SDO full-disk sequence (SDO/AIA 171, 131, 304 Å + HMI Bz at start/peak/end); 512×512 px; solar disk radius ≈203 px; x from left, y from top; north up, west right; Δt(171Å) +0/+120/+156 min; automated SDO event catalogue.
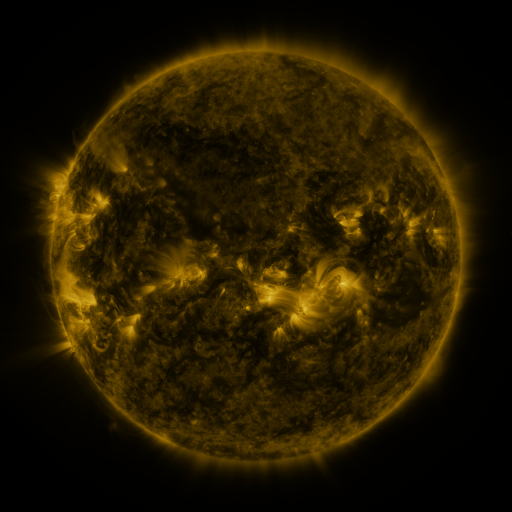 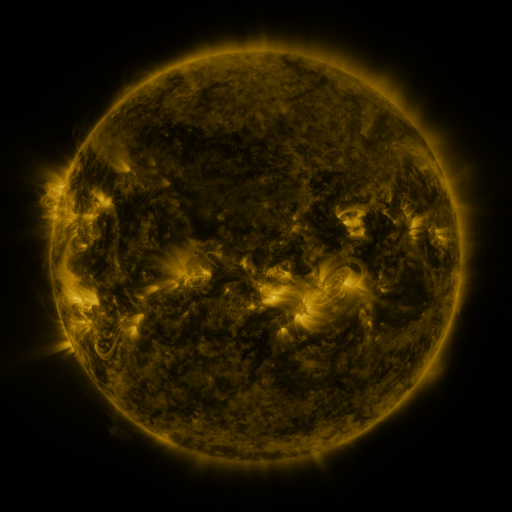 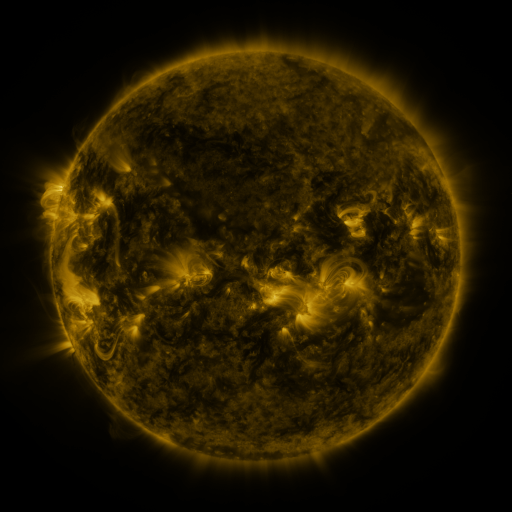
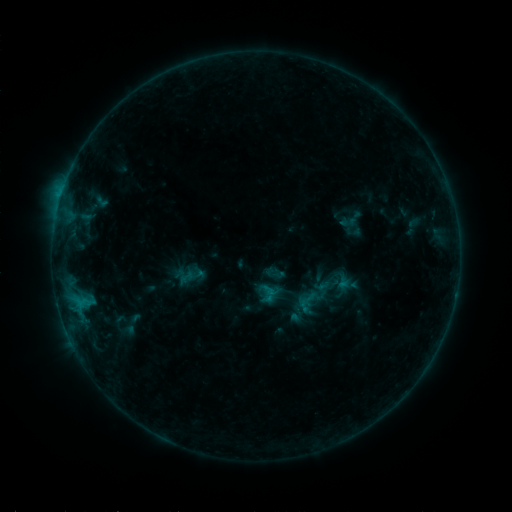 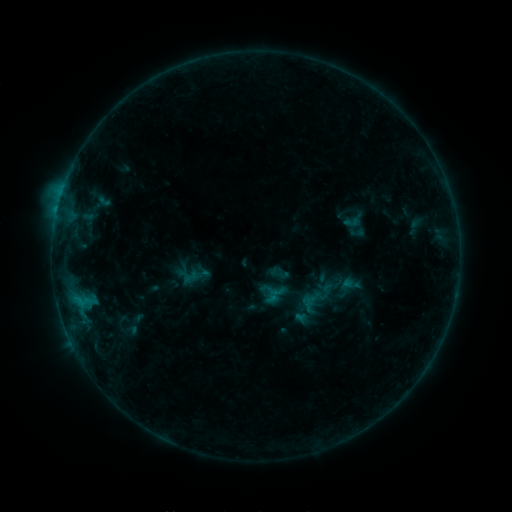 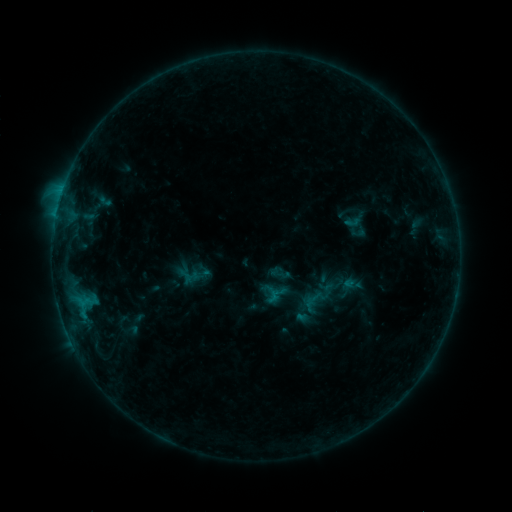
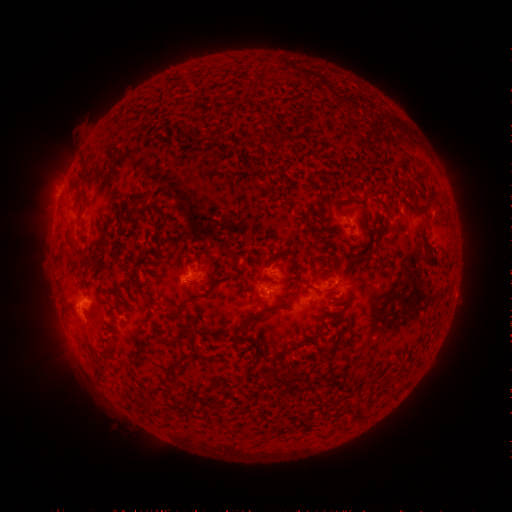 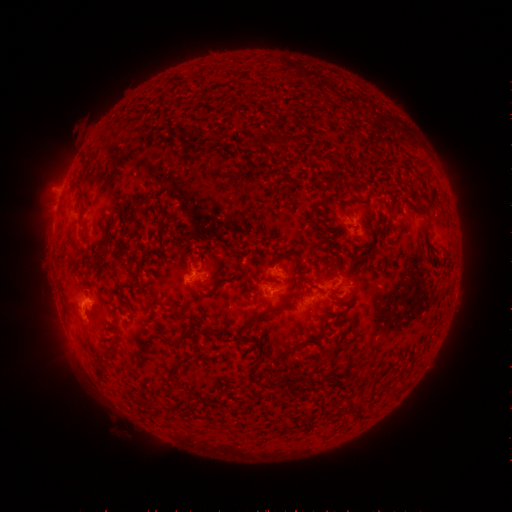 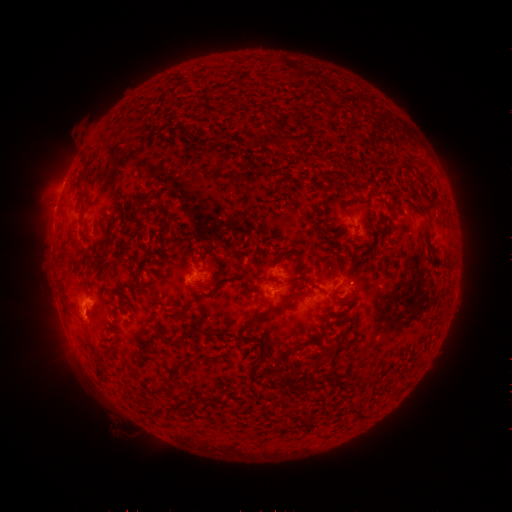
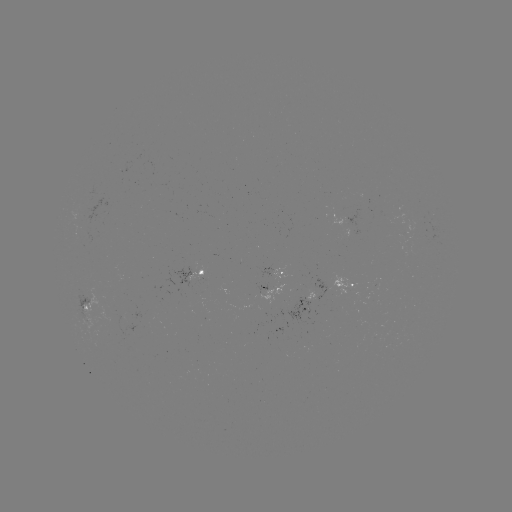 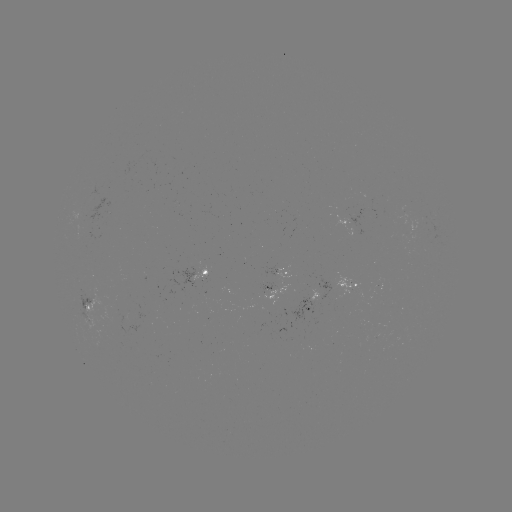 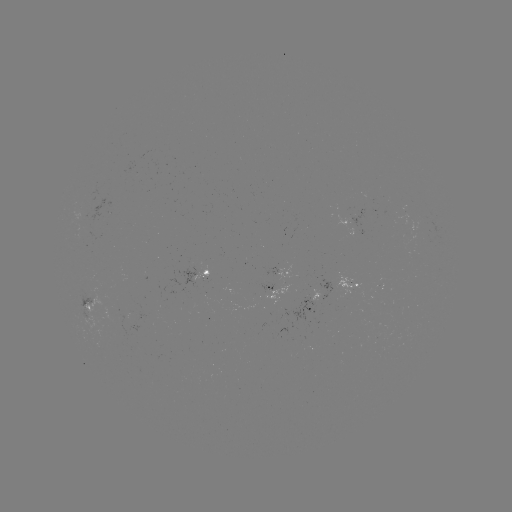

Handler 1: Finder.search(emerging-flux region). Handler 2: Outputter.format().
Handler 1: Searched emerging-flux region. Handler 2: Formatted [274, 275].